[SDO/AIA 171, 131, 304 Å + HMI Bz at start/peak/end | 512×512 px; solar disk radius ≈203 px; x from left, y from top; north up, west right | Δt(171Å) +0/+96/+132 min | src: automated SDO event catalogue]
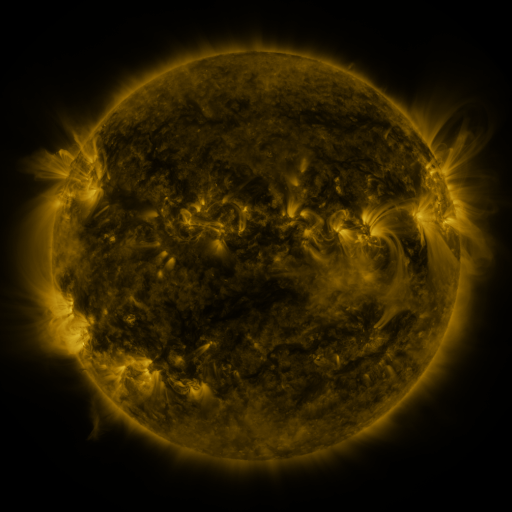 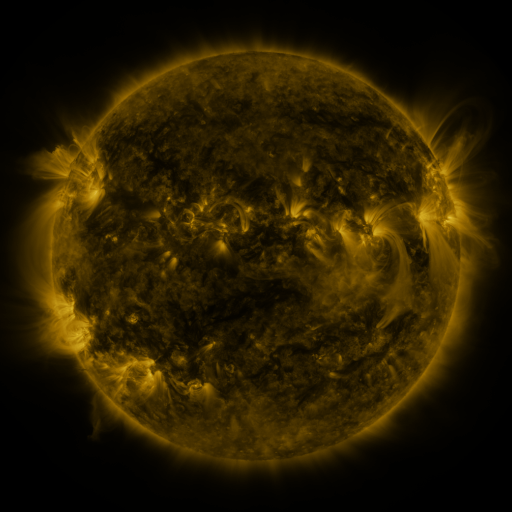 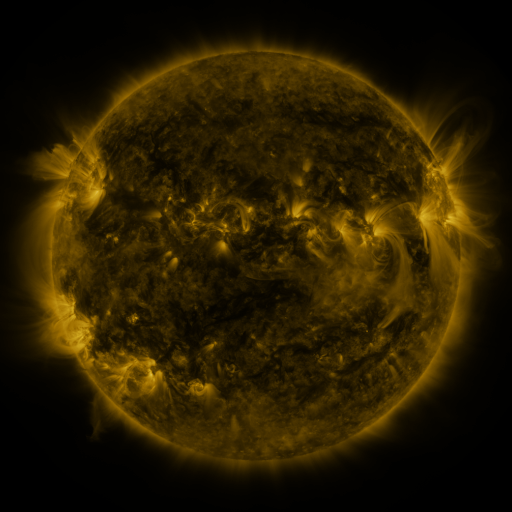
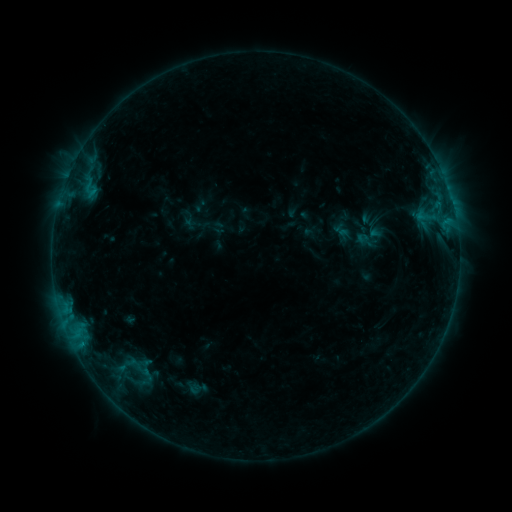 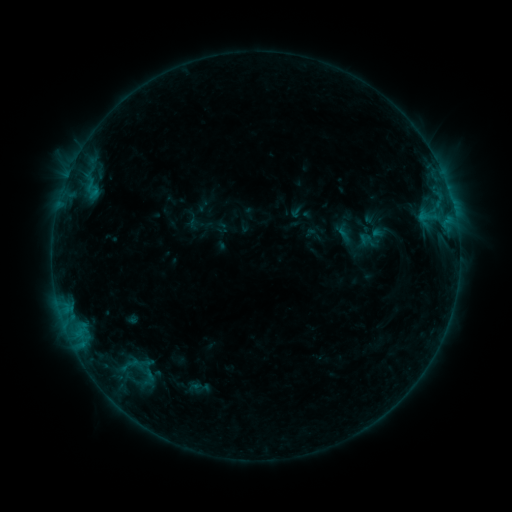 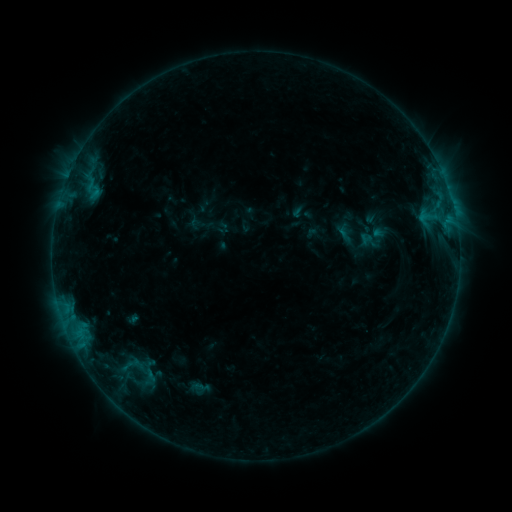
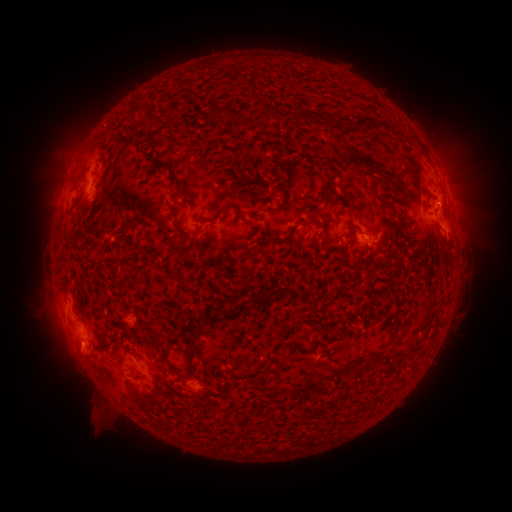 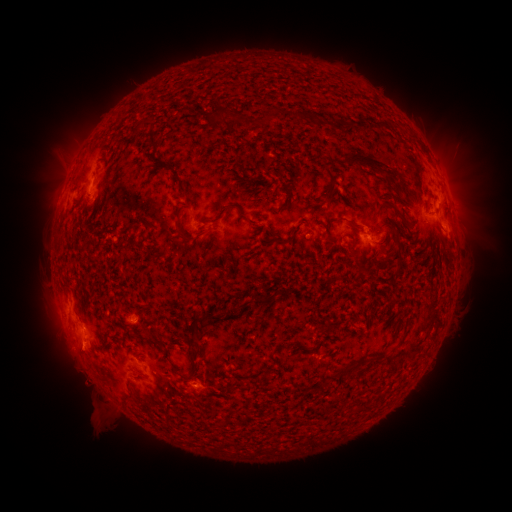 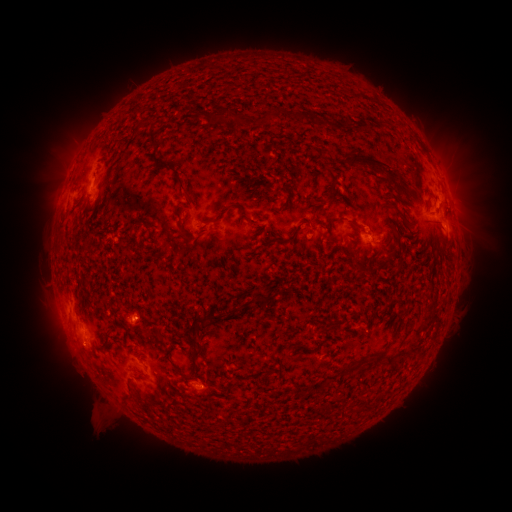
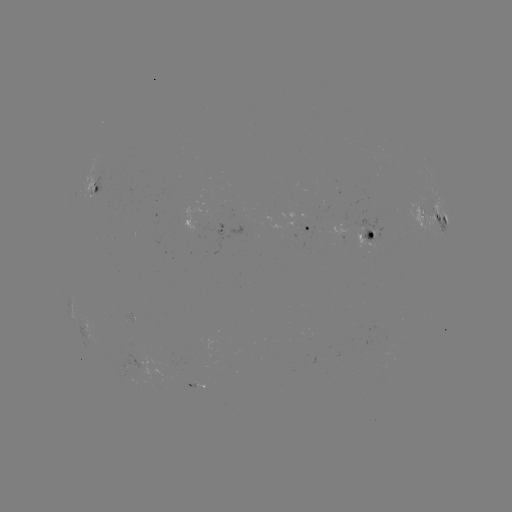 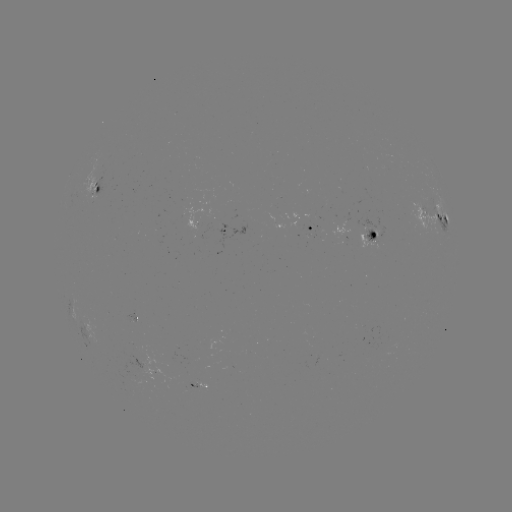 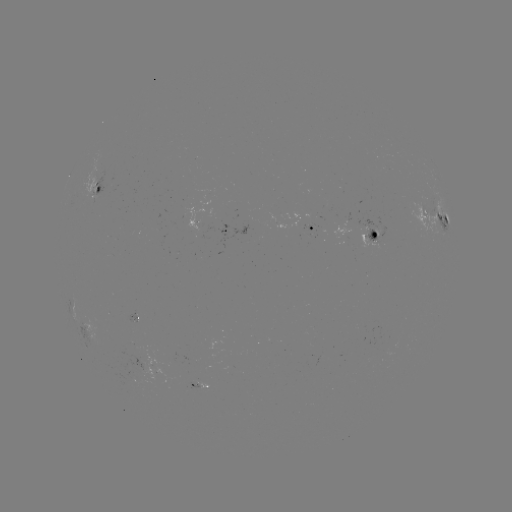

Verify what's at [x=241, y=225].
emerging-flux region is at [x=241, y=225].